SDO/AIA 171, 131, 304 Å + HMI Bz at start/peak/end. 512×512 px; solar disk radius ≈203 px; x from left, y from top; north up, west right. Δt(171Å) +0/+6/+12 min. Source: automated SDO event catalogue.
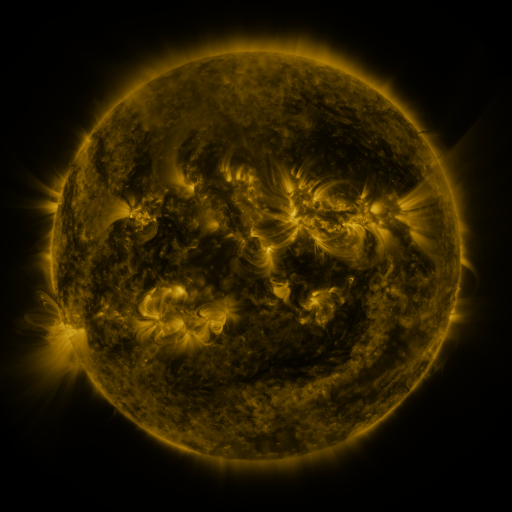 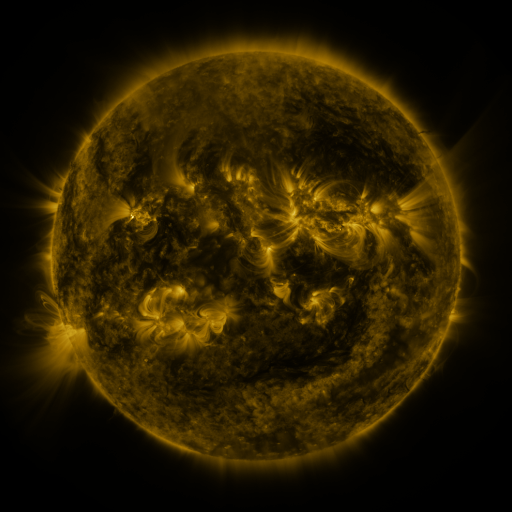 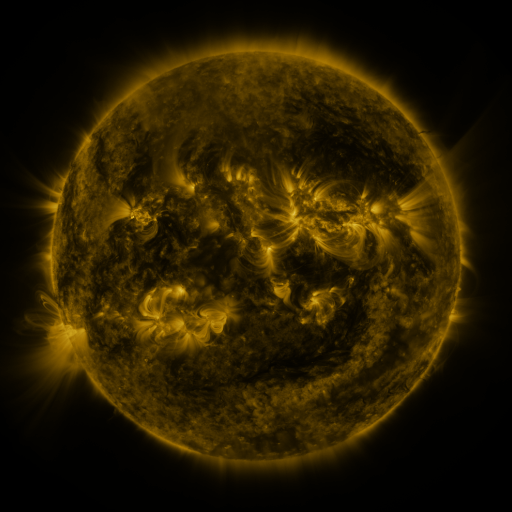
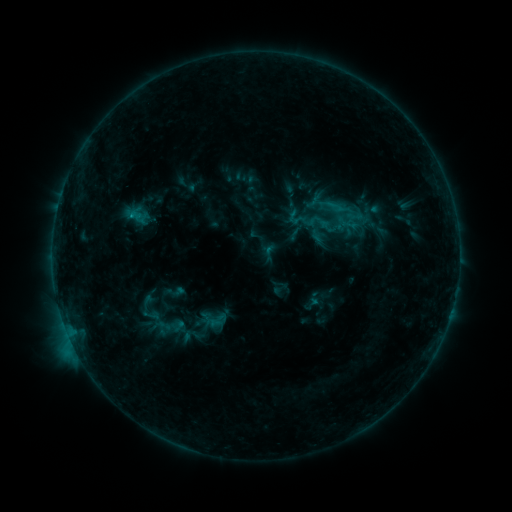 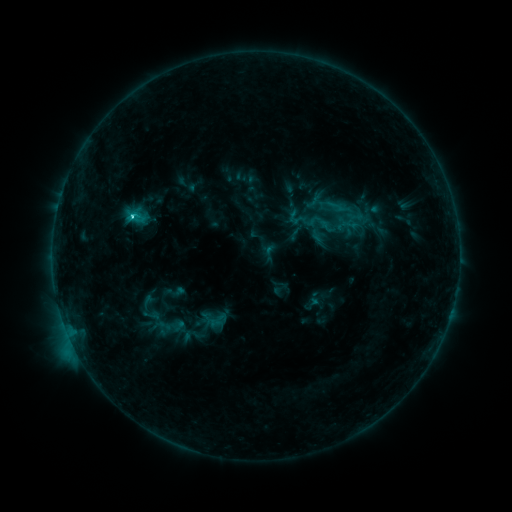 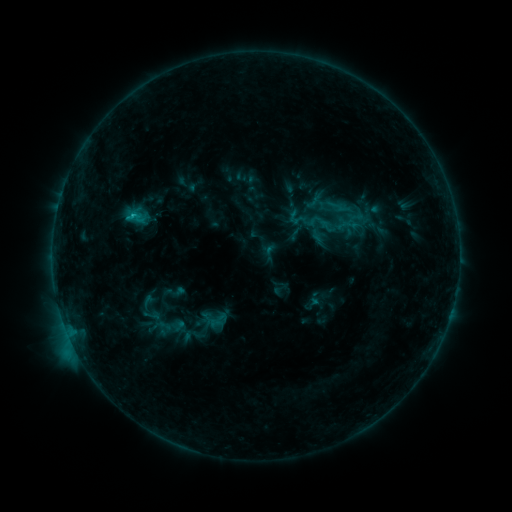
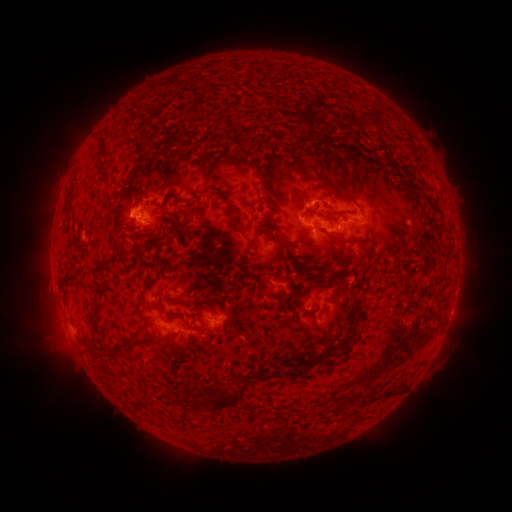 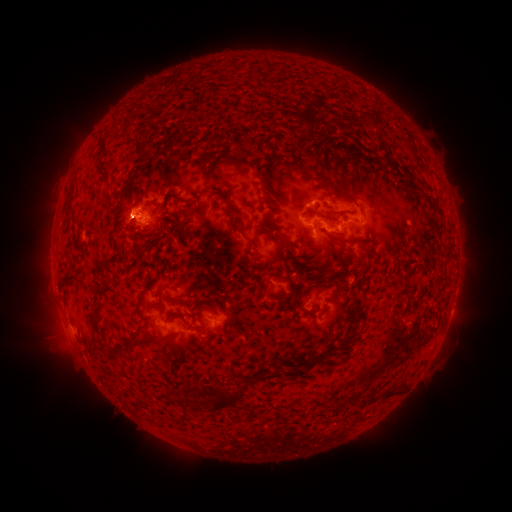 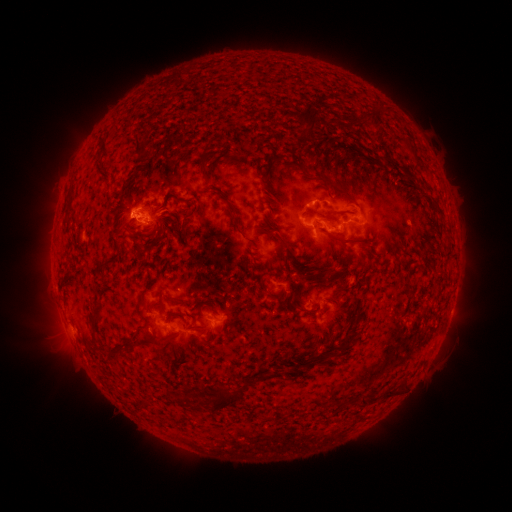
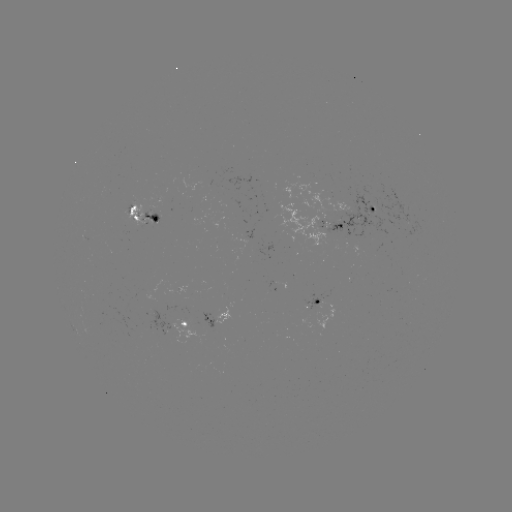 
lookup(eruption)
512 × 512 125,221